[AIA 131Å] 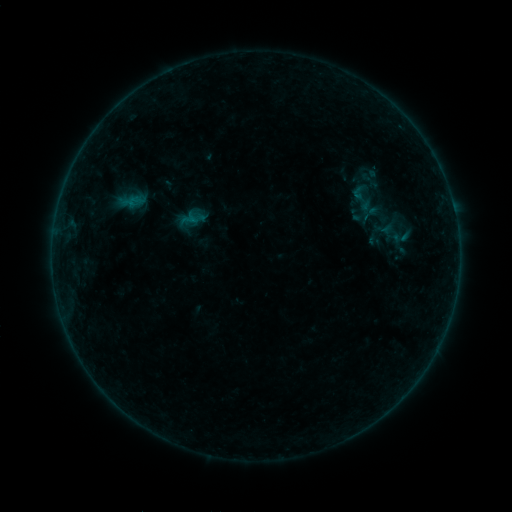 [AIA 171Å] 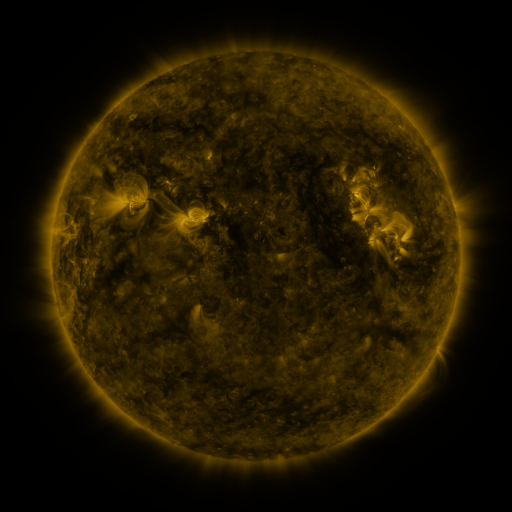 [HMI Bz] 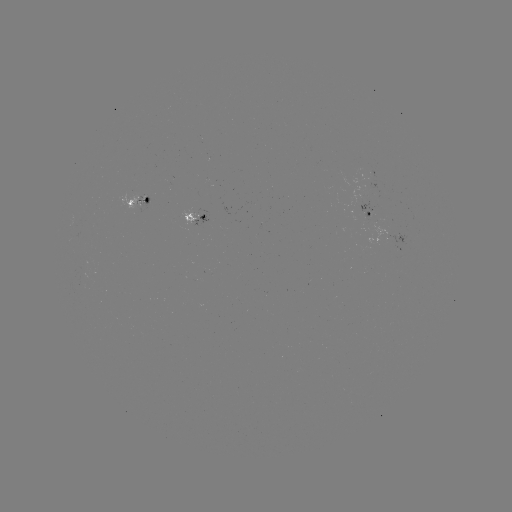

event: sigmoid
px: (363, 198)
